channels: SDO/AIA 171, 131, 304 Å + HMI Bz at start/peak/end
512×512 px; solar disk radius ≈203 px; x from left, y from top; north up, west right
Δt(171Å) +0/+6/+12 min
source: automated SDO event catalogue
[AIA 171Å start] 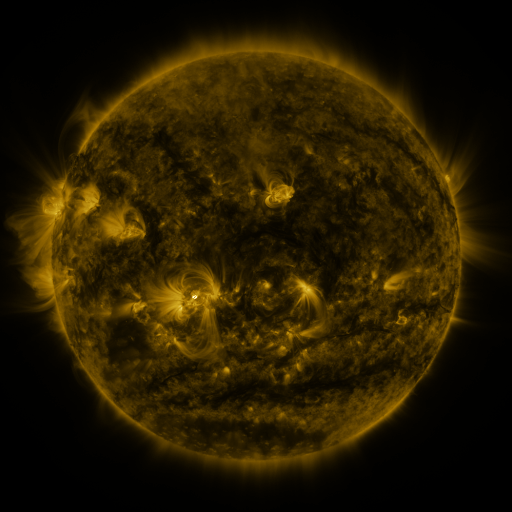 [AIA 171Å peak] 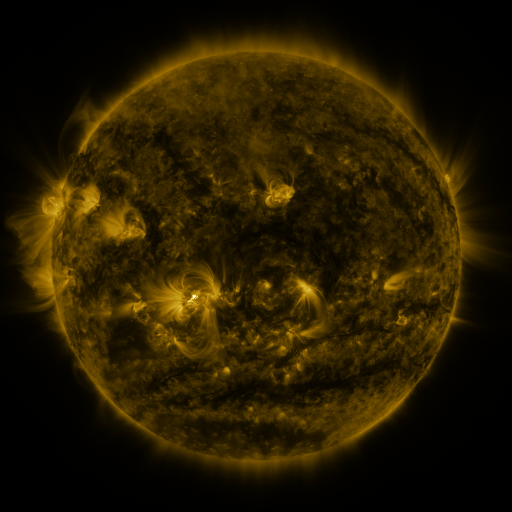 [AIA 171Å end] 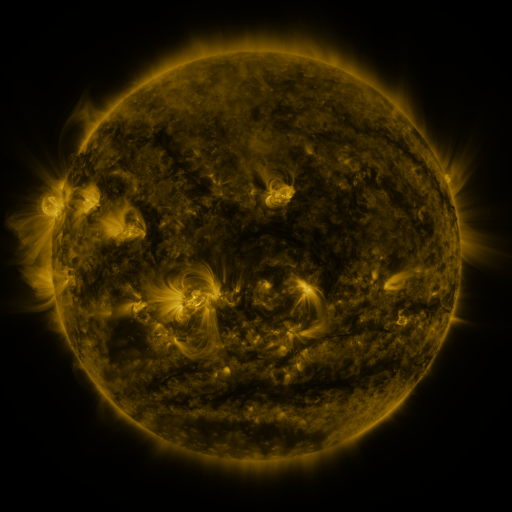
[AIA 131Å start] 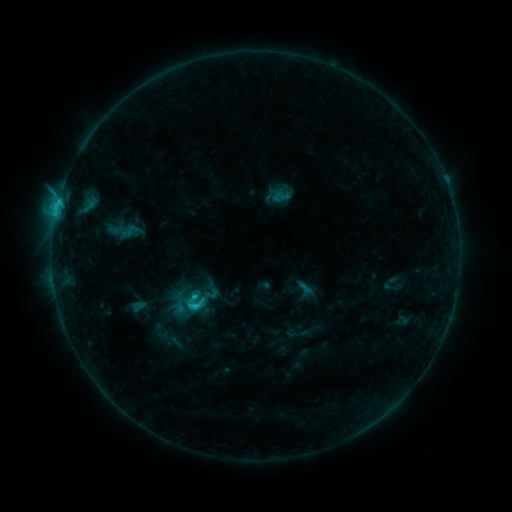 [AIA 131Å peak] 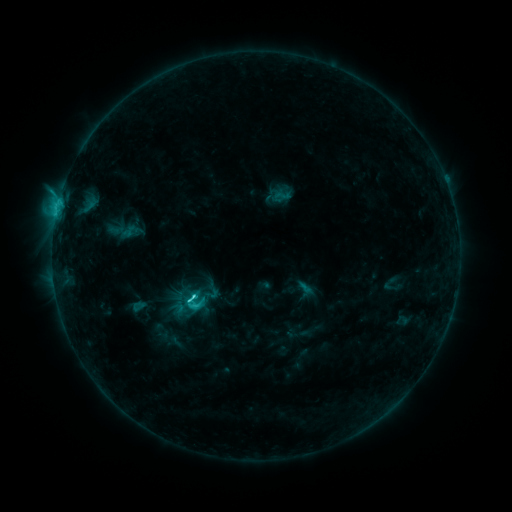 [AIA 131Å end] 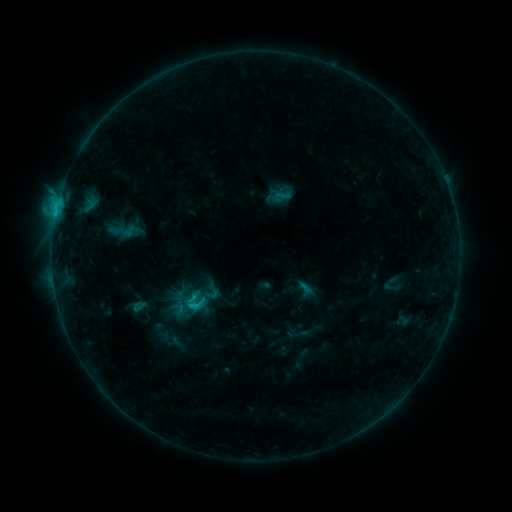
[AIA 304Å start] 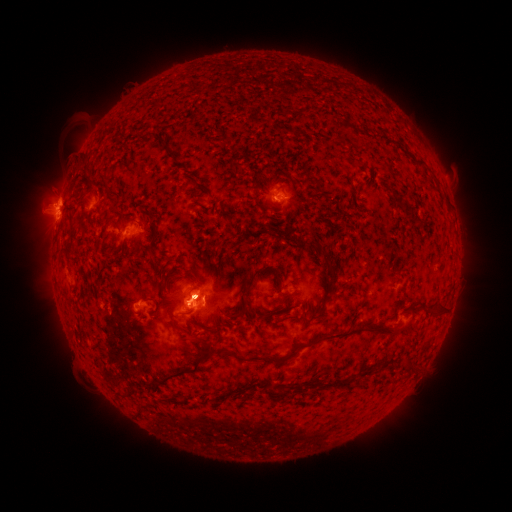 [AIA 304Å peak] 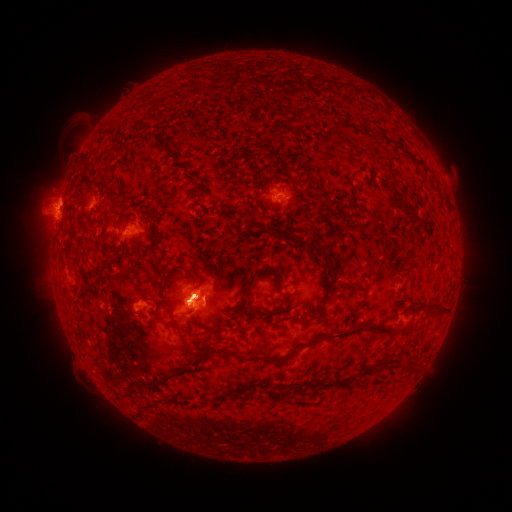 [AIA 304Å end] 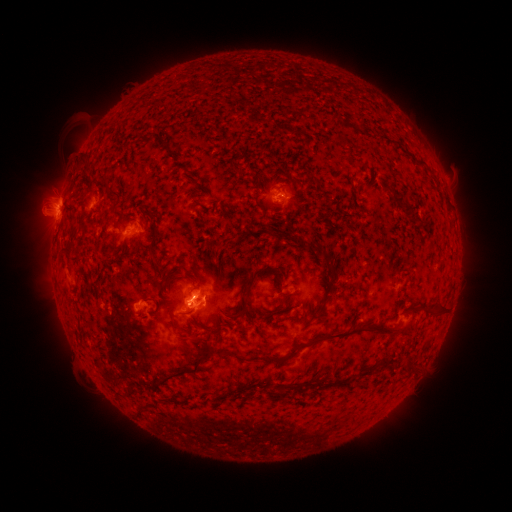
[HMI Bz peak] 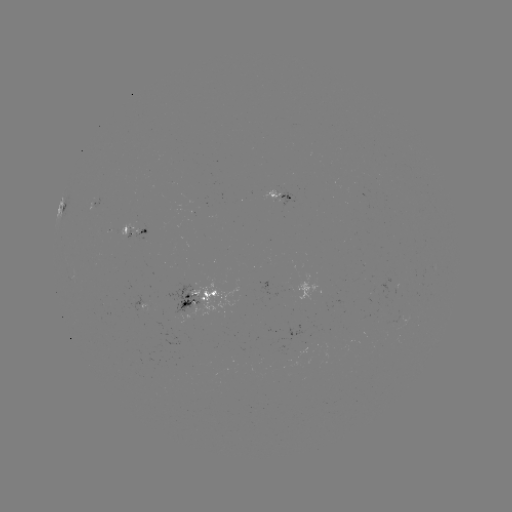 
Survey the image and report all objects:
C3.6 flare: (194, 292)
